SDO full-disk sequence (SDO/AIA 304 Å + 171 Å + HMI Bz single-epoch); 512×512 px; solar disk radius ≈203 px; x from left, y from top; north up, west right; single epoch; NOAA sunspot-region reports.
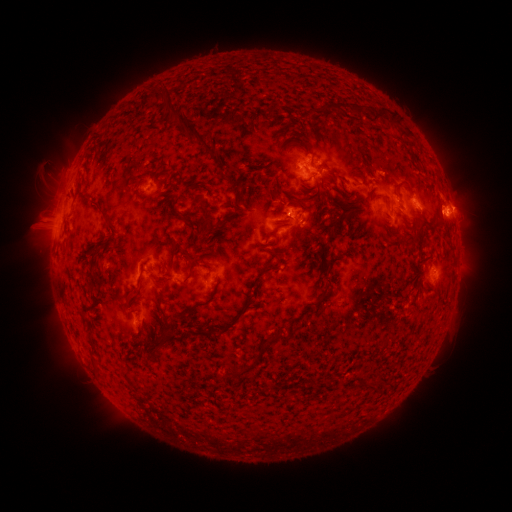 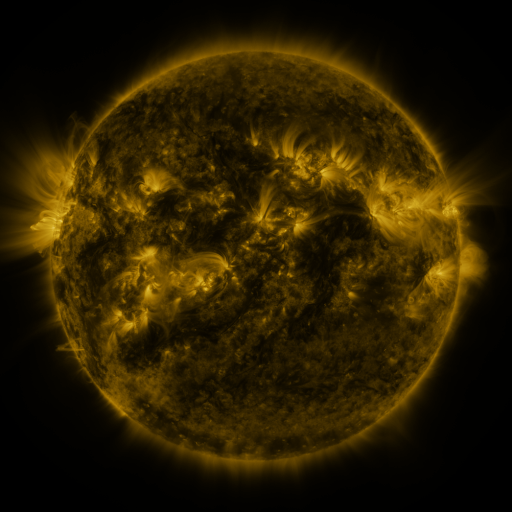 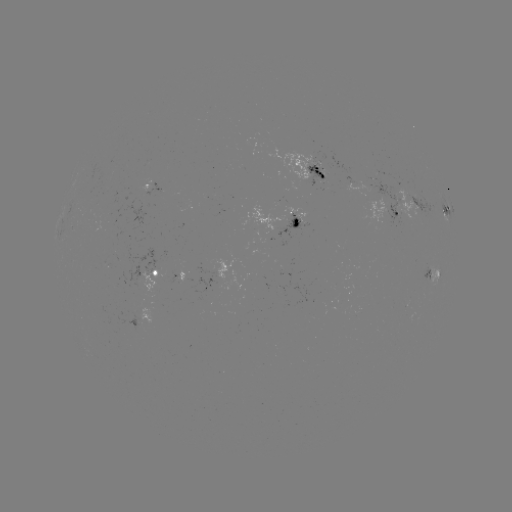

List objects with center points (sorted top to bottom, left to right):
spotted active region: (309, 173)
spotted active region: (151, 188)
spotted active region: (385, 190)
spotted active region: (407, 208)
spotted active region: (444, 211)
spotted active region: (287, 220)
spotted active region: (155, 272)
spotted active region: (433, 275)
